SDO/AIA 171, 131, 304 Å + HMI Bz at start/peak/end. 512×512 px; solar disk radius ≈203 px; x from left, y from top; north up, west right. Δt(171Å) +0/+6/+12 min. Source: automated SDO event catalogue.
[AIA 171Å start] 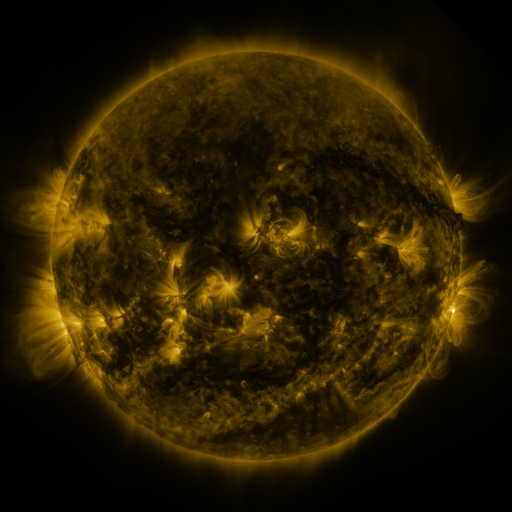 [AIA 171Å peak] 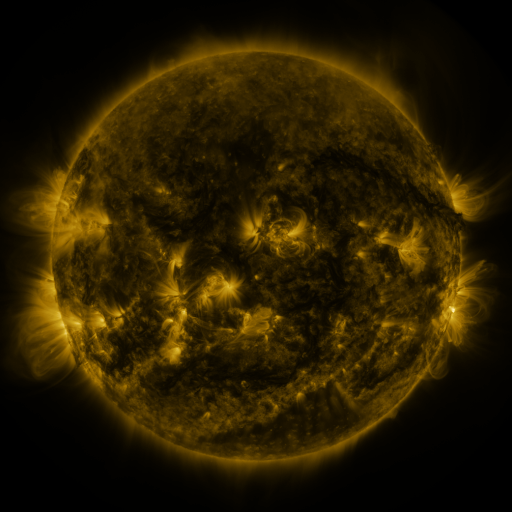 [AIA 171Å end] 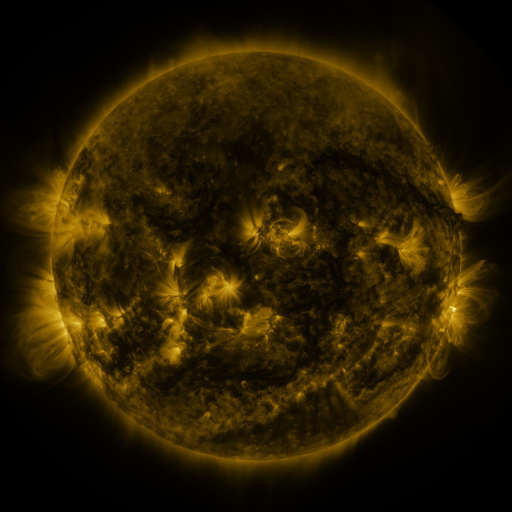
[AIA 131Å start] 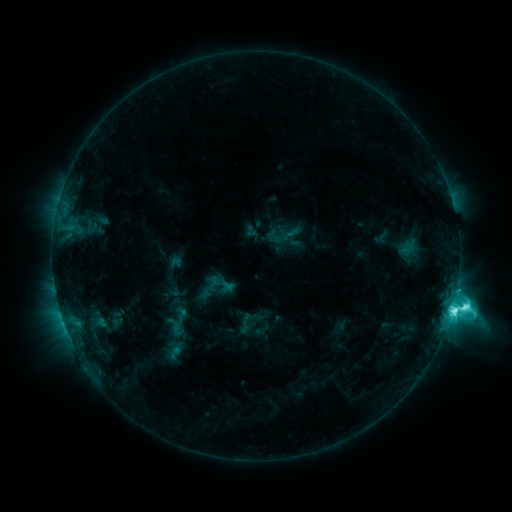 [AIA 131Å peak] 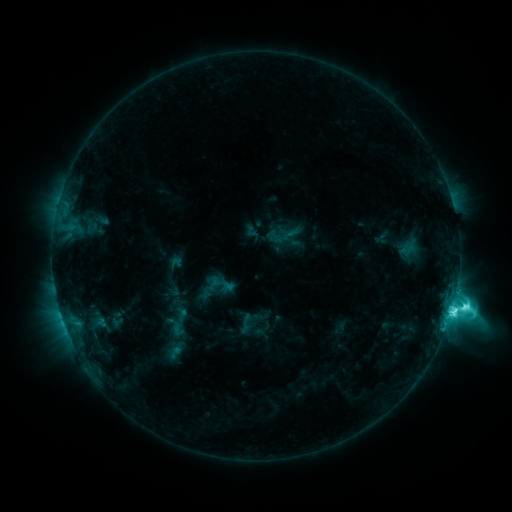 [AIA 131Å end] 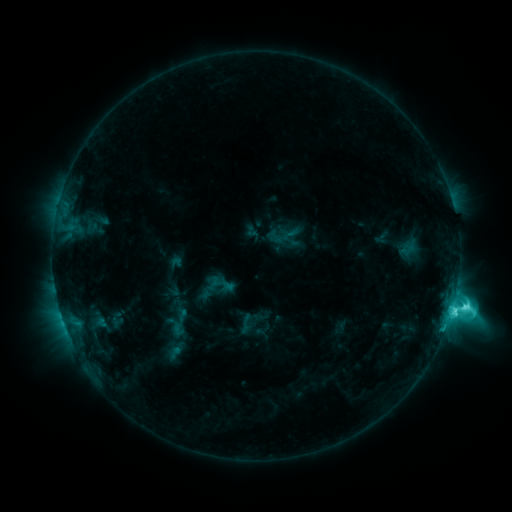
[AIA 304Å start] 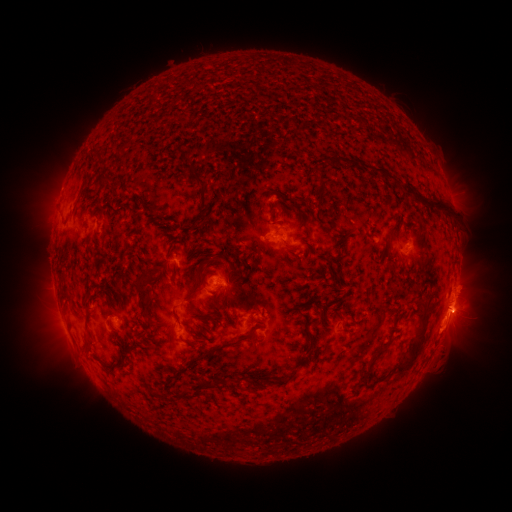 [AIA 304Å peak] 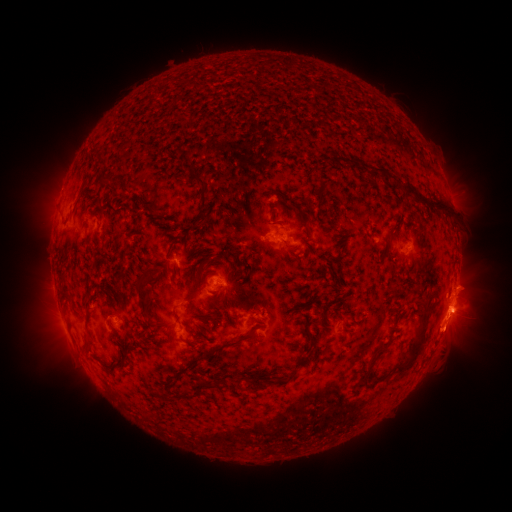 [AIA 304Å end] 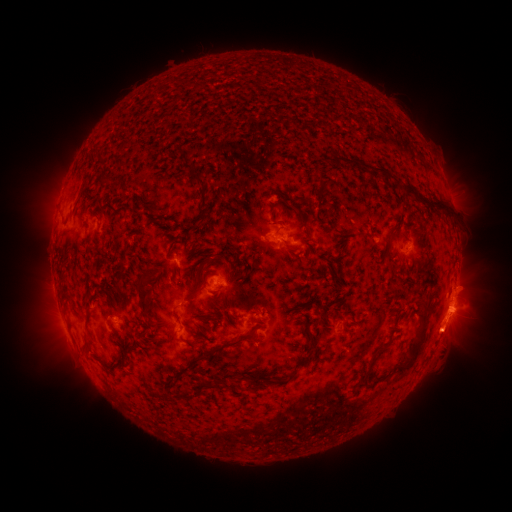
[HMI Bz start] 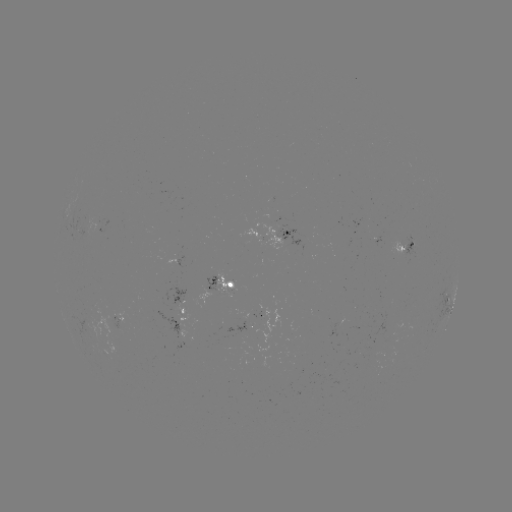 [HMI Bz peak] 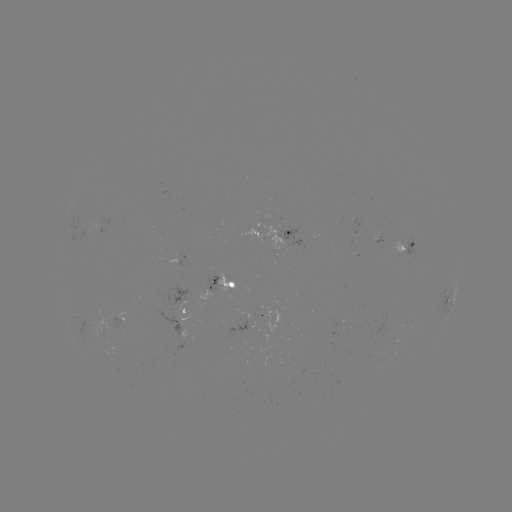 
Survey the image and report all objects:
eruption: (448, 340)
